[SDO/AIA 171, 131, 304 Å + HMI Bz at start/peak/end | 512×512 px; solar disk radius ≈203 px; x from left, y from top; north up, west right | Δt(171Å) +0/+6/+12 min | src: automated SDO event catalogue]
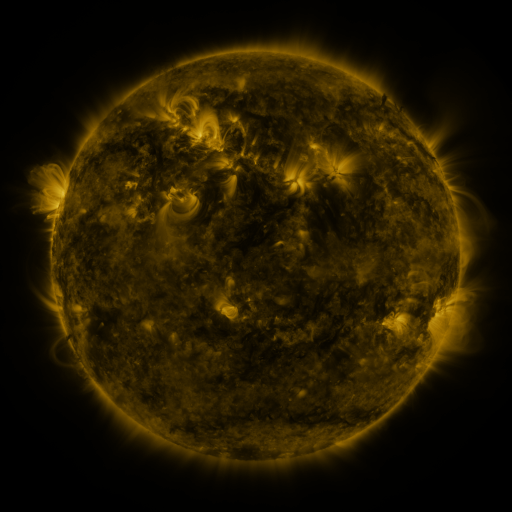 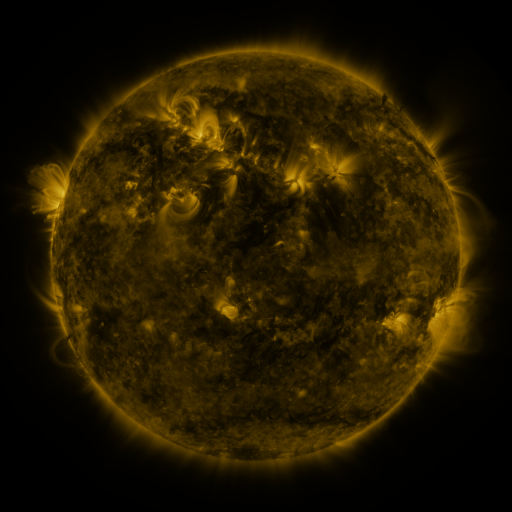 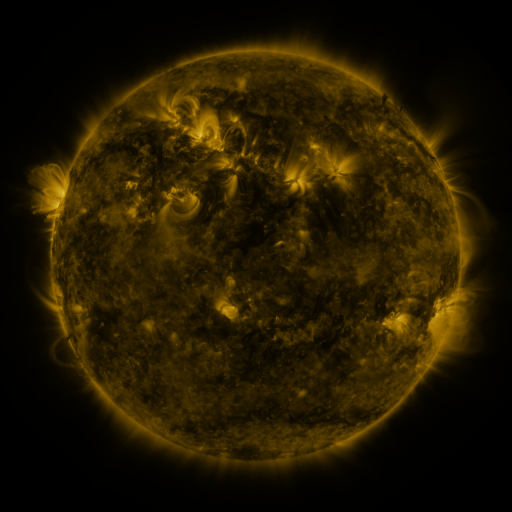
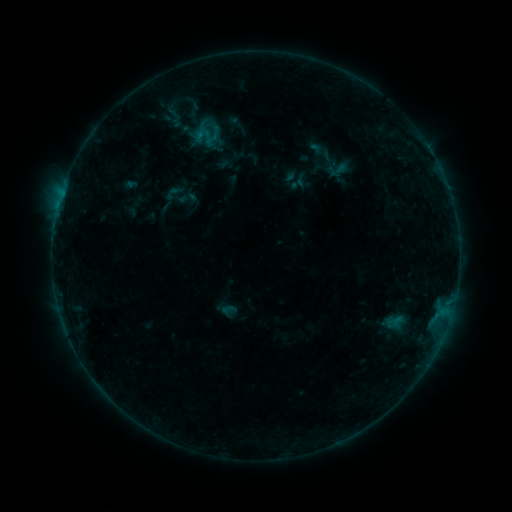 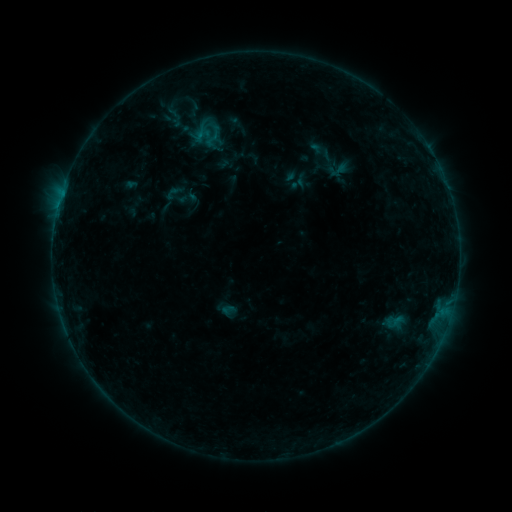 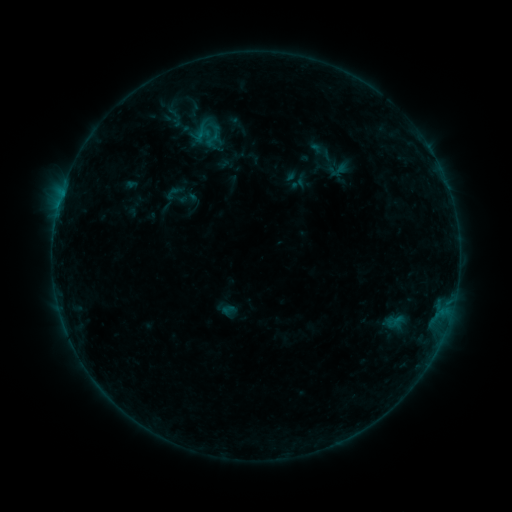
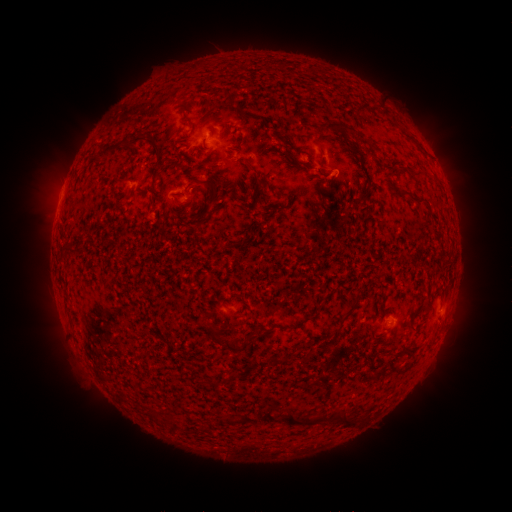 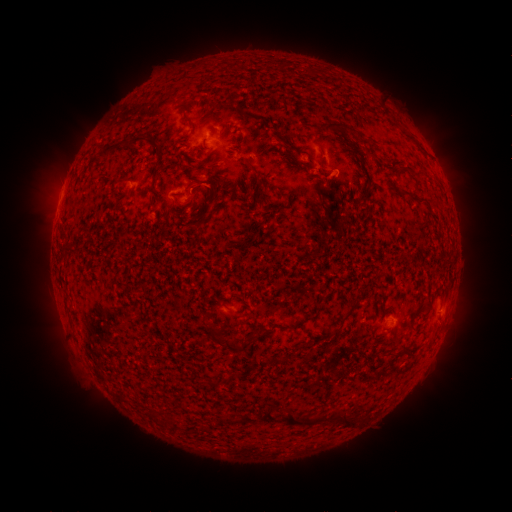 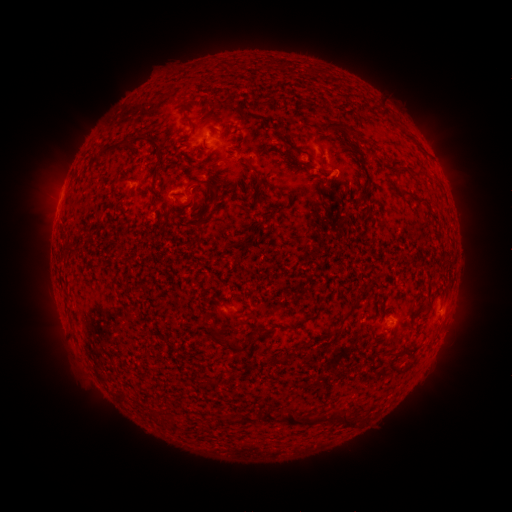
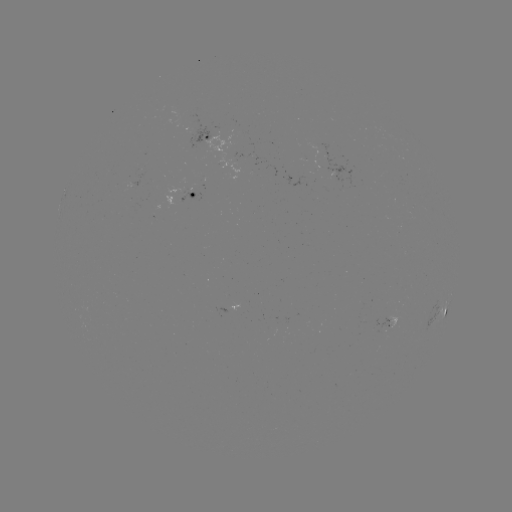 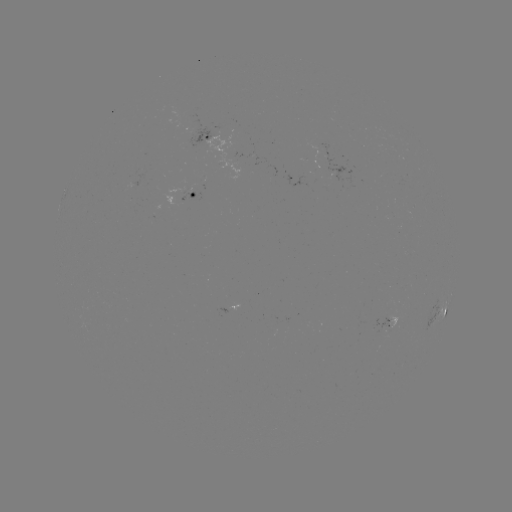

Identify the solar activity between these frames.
eruption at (208, 185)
